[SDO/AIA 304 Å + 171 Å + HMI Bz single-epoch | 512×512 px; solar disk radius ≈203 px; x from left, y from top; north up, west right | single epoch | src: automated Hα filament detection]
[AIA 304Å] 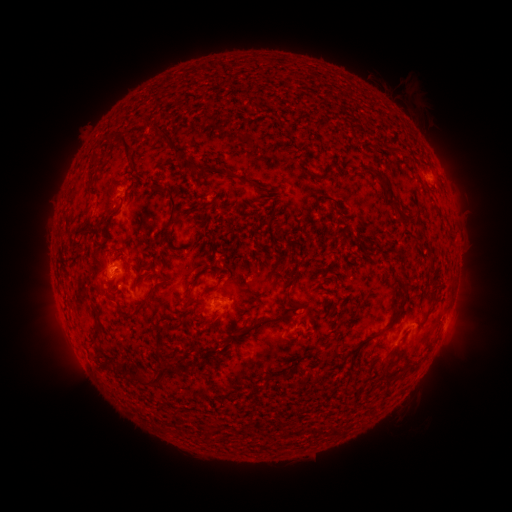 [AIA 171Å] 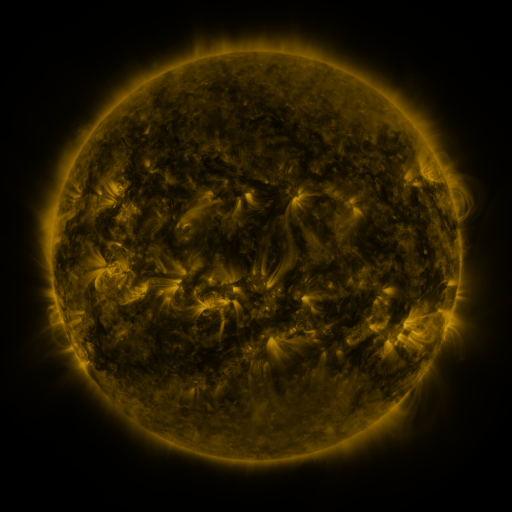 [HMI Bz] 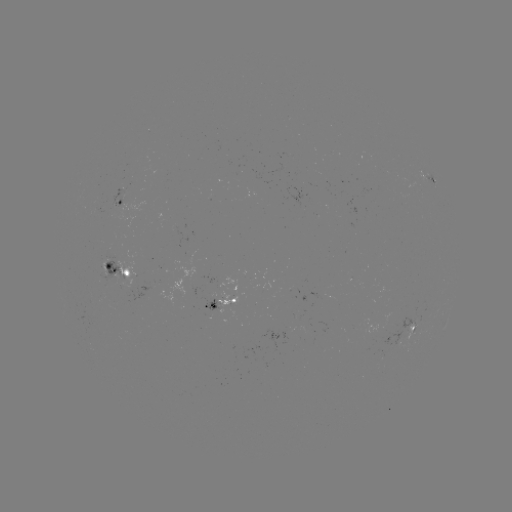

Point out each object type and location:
filament: [114, 130, 134, 159]
filament: [162, 132, 188, 161]
filament: [386, 147, 401, 155]
filament: [186, 159, 207, 173]
filament: [360, 166, 399, 209]
filament: [237, 176, 253, 185]
filament: [156, 186, 180, 226]
filament: [312, 195, 335, 215]
filament: [112, 206, 122, 217]
filament: [159, 235, 181, 255]
filament: [109, 244, 126, 253]
filament: [152, 256, 163, 266]
filament: [103, 260, 111, 270]
filament: [186, 275, 201, 287]
filament: [132, 281, 161, 314]
filament: [206, 283, 218, 292]
filament: [285, 290, 296, 307]
filament: [398, 291, 409, 310]
filament: [183, 293, 191, 304]
filament: [87, 309, 100, 346]
filament: [237, 314, 282, 337]
filament: [346, 316, 397, 361]
filament: [163, 322, 180, 329]
filament: [119, 359, 129, 373]
filament: [153, 360, 188, 383]
filament: [127, 363, 152, 385]
filament: [407, 365, 416, 374]
